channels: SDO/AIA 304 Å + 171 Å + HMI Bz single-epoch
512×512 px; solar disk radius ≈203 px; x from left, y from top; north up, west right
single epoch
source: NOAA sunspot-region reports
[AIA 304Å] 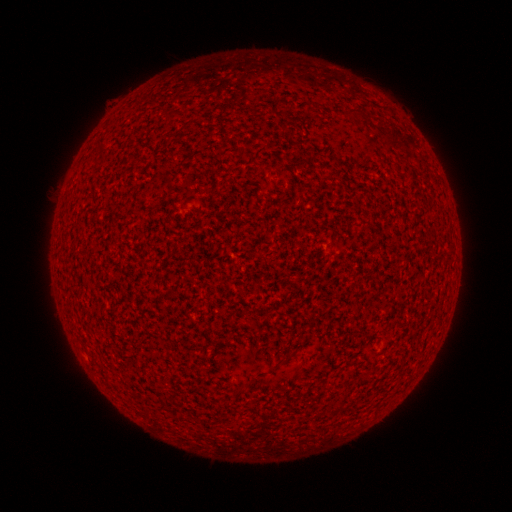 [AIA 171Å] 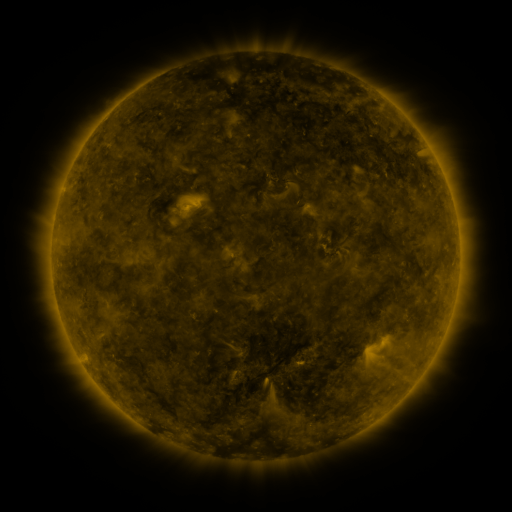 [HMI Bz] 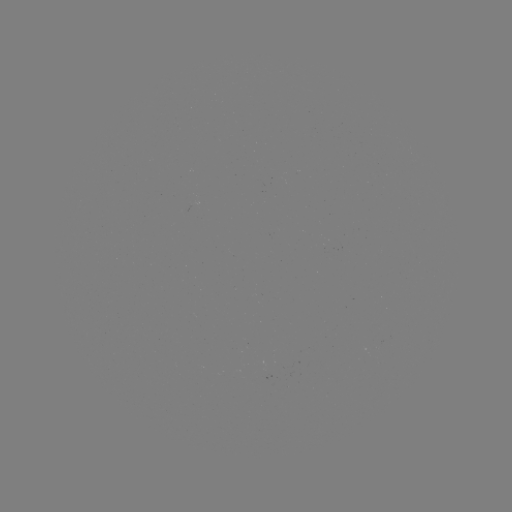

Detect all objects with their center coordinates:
(none)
